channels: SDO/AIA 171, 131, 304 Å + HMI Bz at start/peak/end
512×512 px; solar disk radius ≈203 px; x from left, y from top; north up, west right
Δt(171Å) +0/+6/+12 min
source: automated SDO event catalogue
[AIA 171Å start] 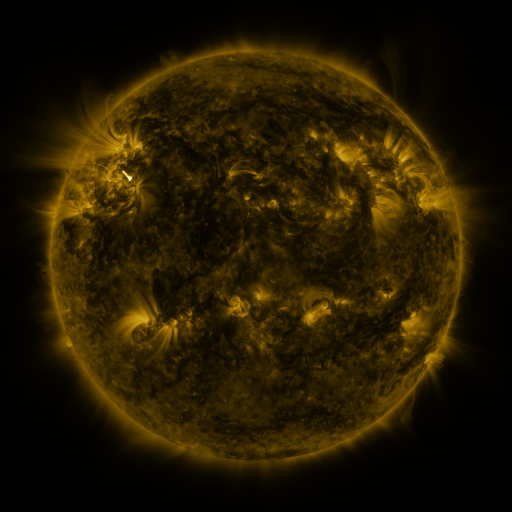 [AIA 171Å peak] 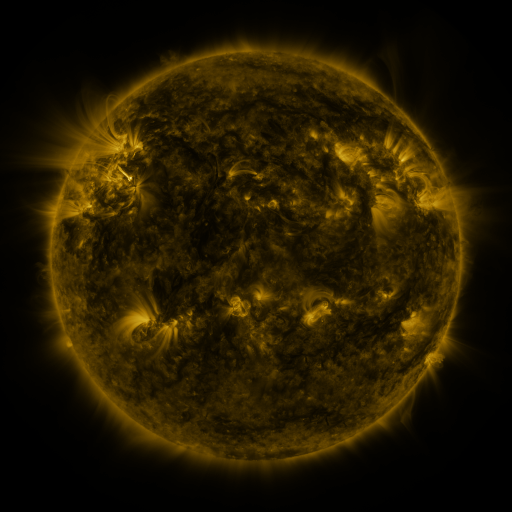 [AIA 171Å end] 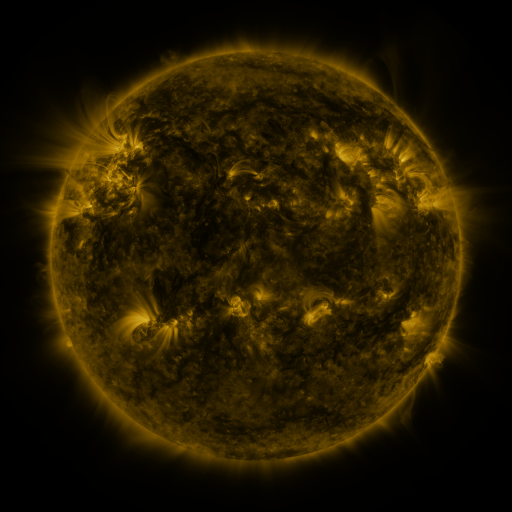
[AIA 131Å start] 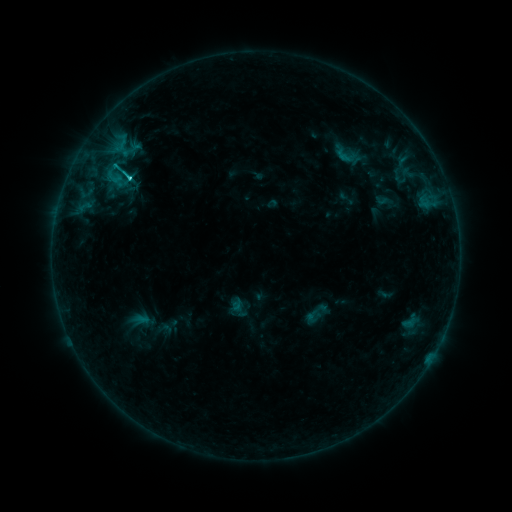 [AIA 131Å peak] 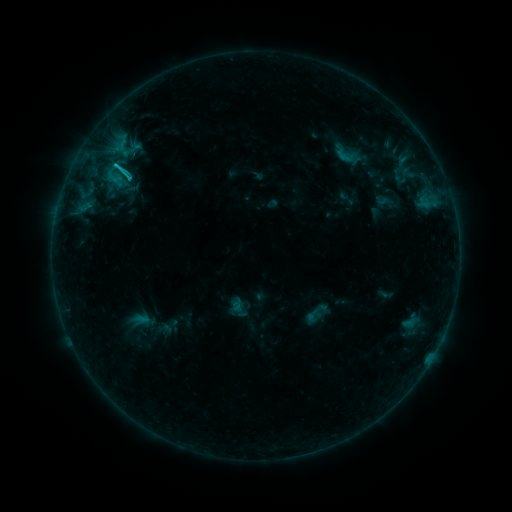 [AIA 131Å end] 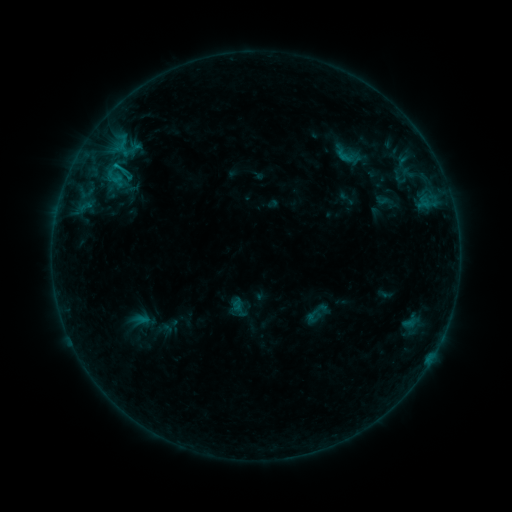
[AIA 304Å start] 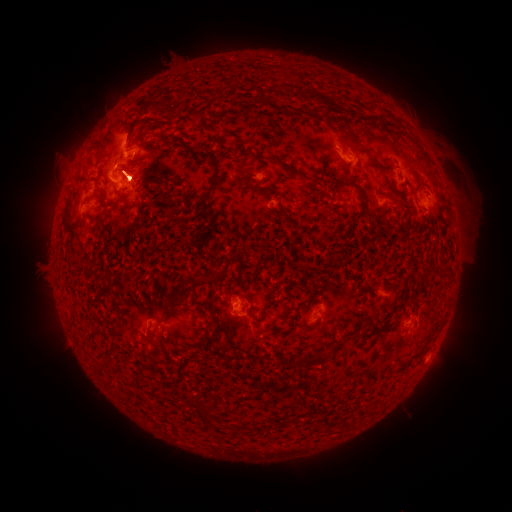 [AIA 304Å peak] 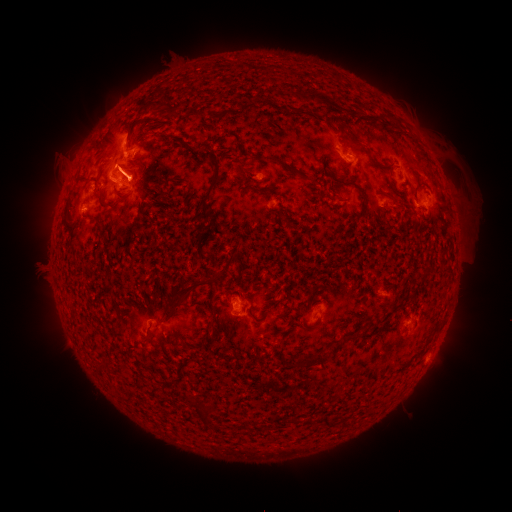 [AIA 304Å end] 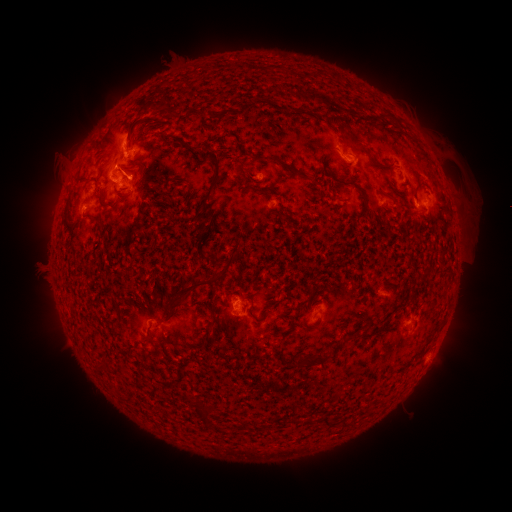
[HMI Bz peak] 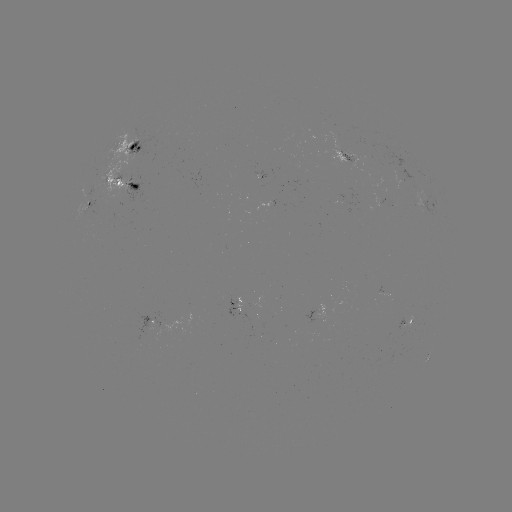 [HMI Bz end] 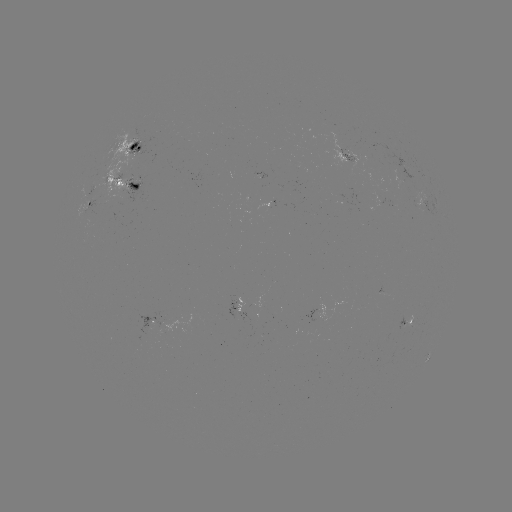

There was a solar eruption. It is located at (110, 141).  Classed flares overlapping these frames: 1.